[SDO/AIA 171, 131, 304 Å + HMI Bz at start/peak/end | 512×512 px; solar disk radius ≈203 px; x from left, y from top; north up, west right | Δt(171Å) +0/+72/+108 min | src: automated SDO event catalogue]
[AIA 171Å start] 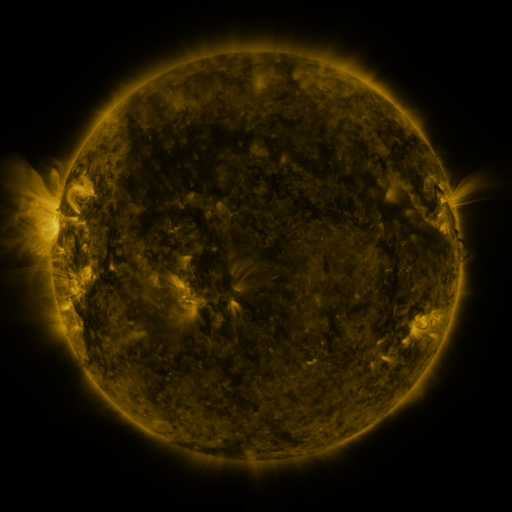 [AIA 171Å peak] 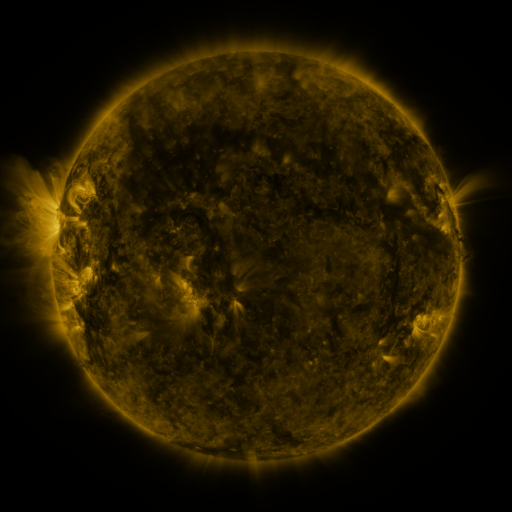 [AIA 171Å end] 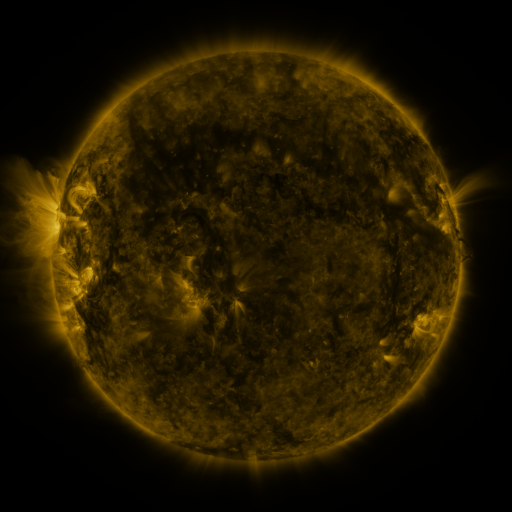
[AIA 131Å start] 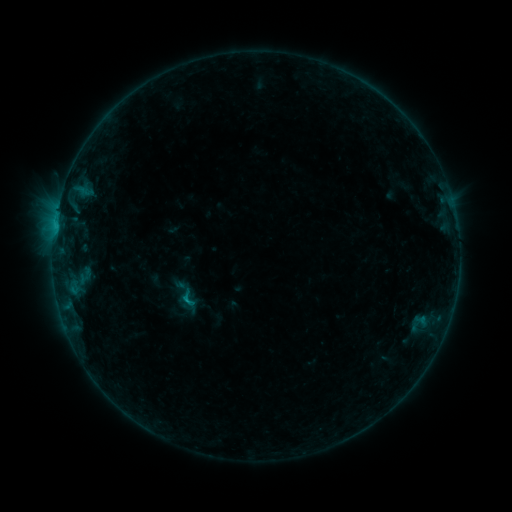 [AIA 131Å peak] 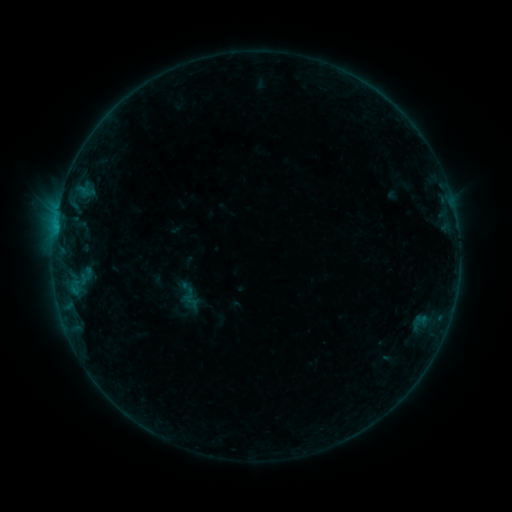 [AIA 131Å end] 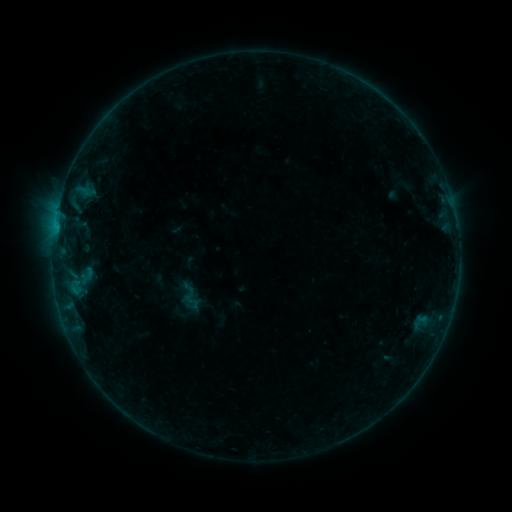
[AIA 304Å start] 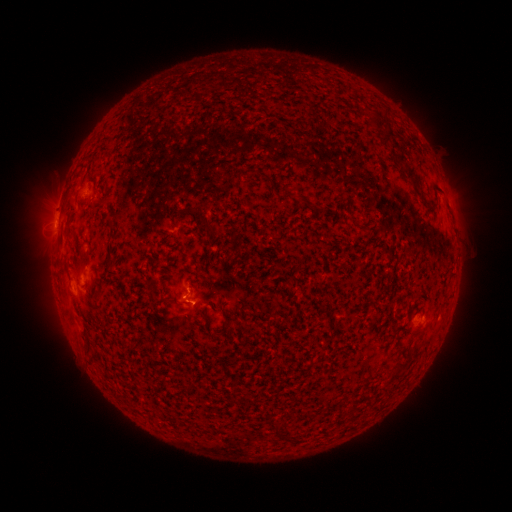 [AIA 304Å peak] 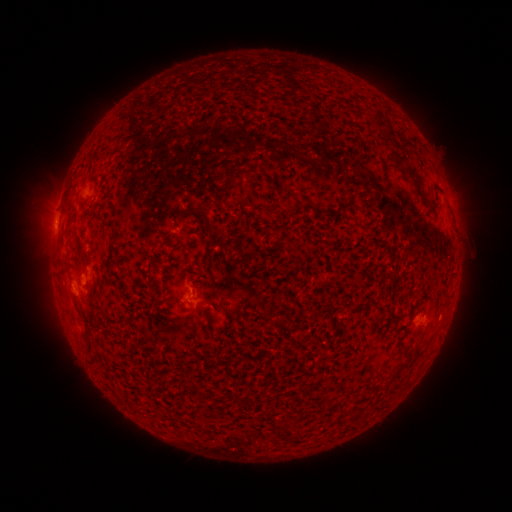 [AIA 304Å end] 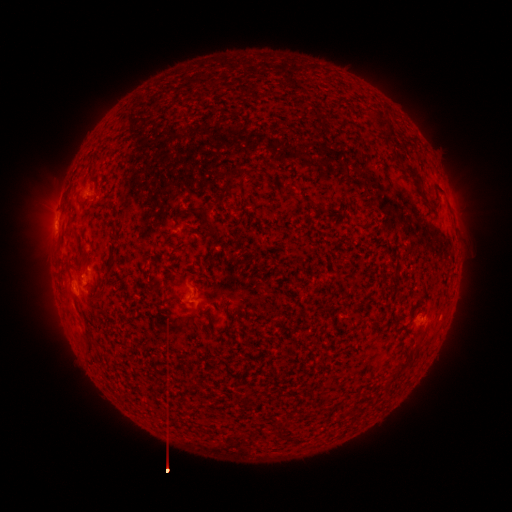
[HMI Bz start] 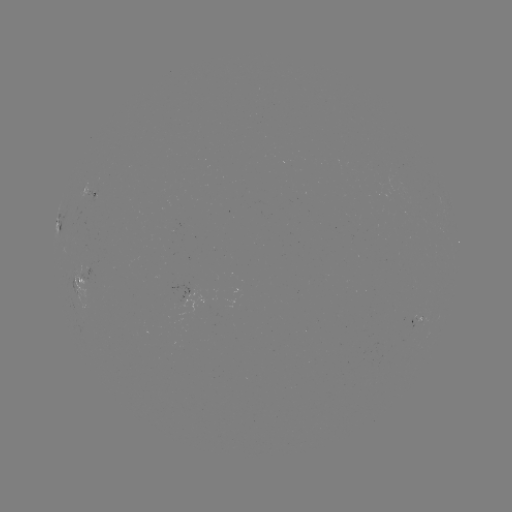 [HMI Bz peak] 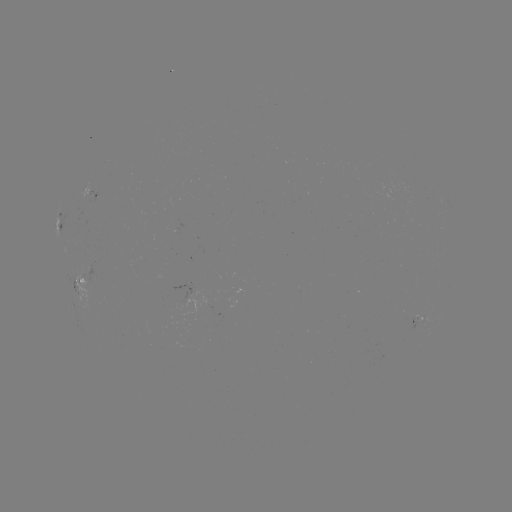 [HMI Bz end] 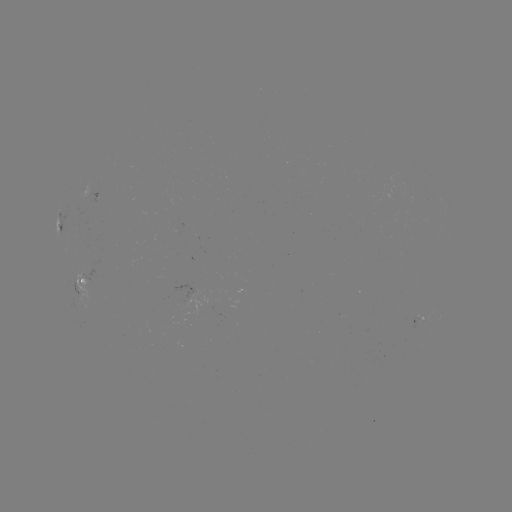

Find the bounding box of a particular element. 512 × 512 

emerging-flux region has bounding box [89, 187, 98, 203].